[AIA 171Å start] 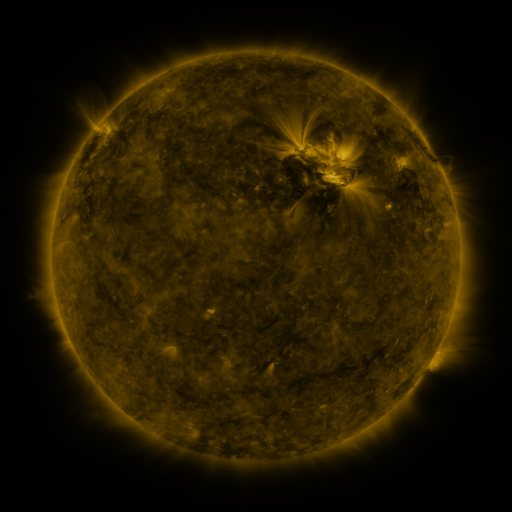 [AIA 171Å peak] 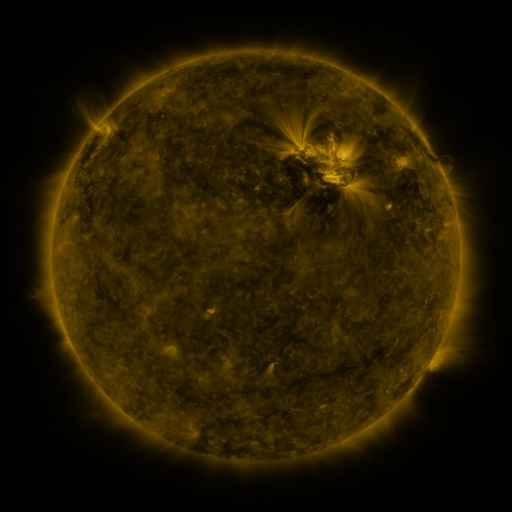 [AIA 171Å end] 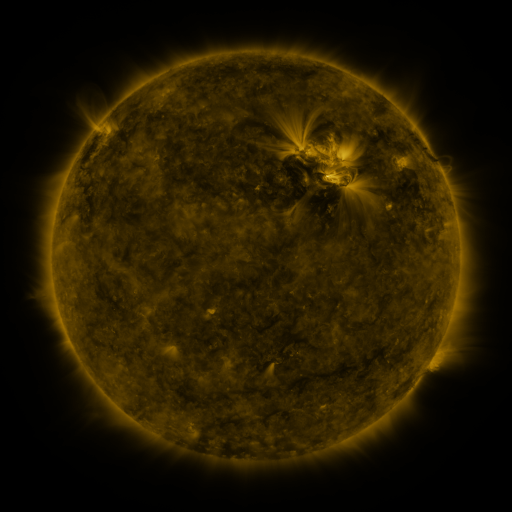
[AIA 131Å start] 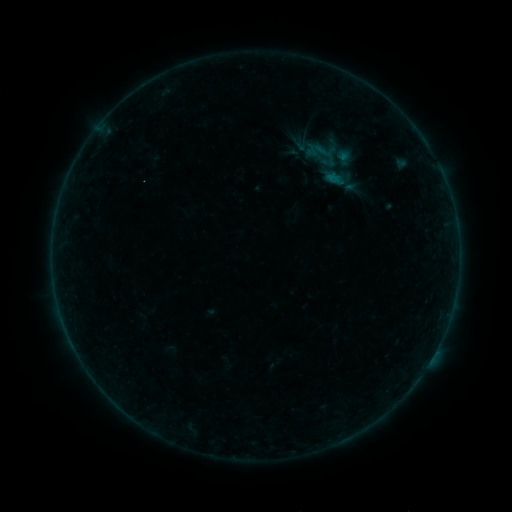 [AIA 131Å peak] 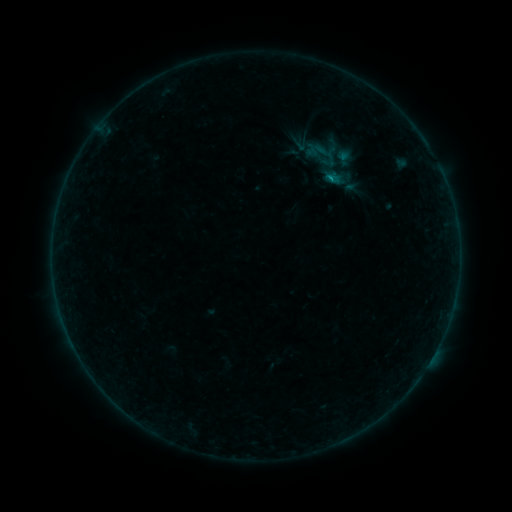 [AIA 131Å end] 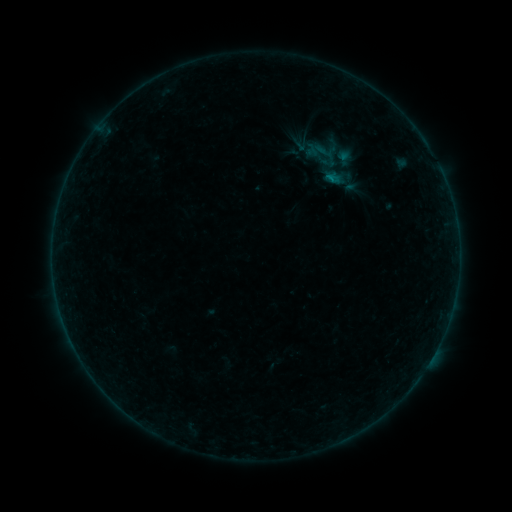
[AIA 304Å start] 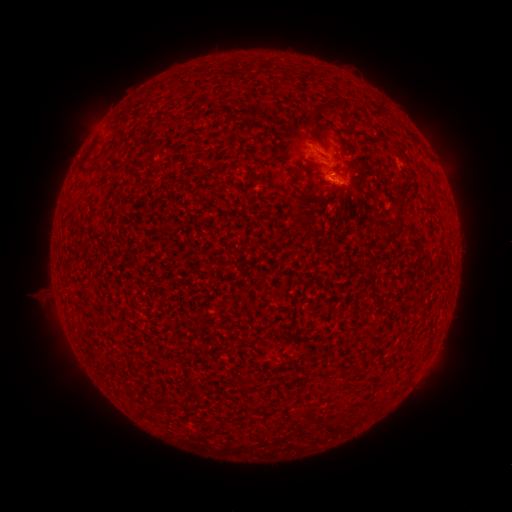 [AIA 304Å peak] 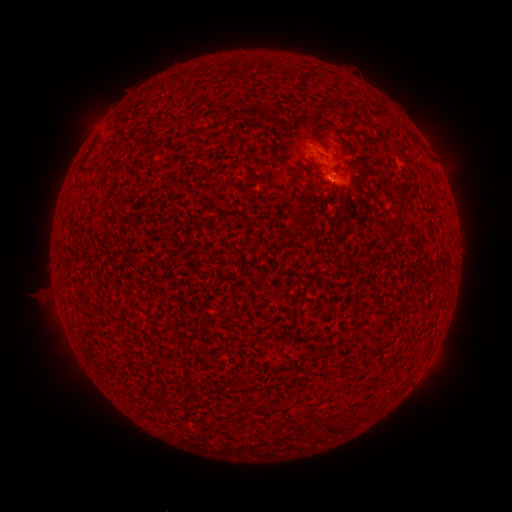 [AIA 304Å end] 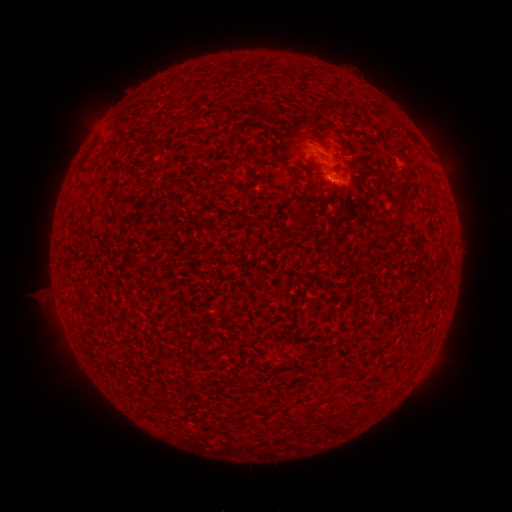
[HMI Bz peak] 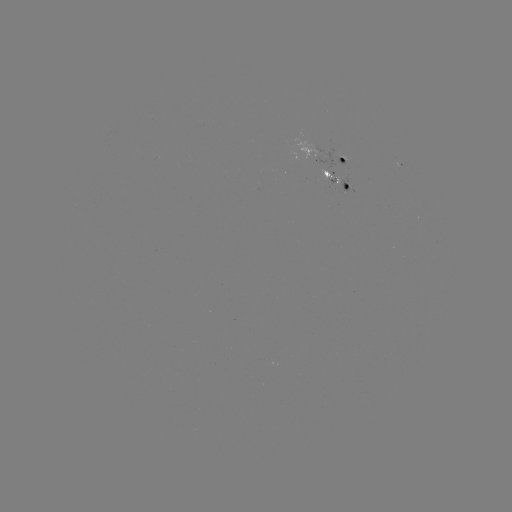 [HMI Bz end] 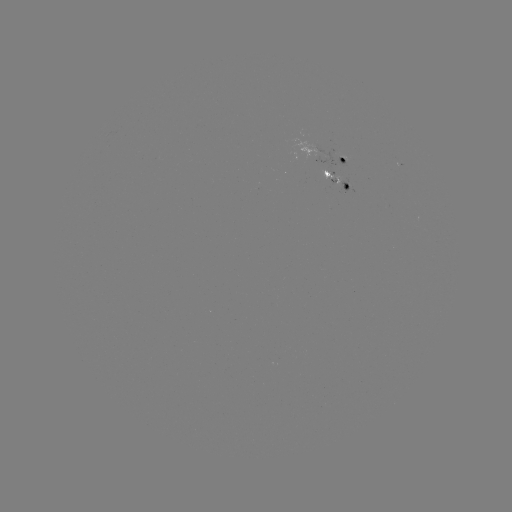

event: flare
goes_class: B2.0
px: (325, 179)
